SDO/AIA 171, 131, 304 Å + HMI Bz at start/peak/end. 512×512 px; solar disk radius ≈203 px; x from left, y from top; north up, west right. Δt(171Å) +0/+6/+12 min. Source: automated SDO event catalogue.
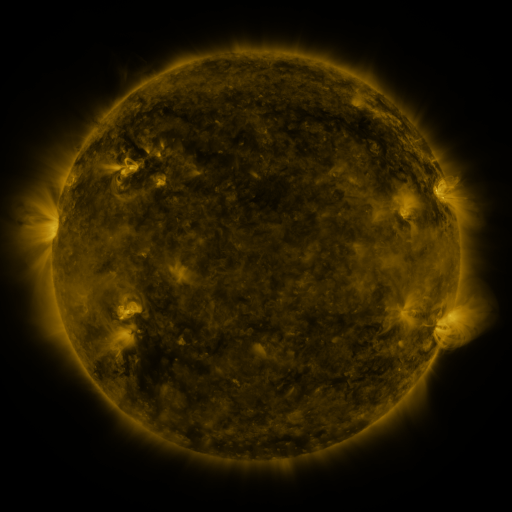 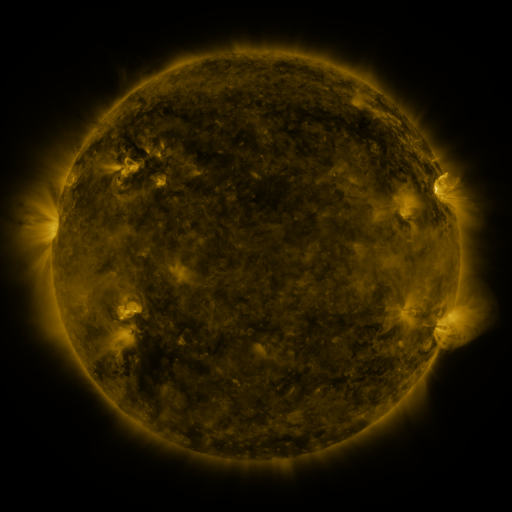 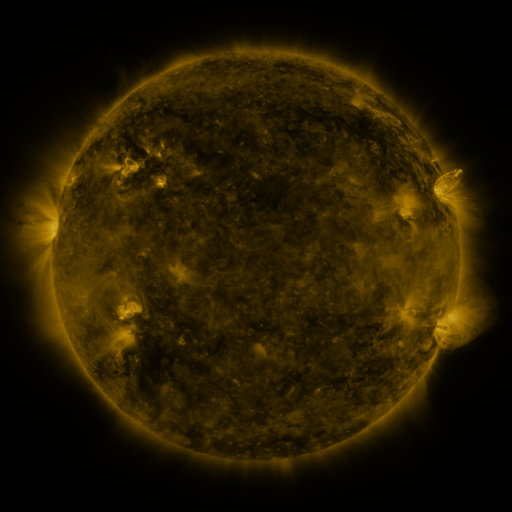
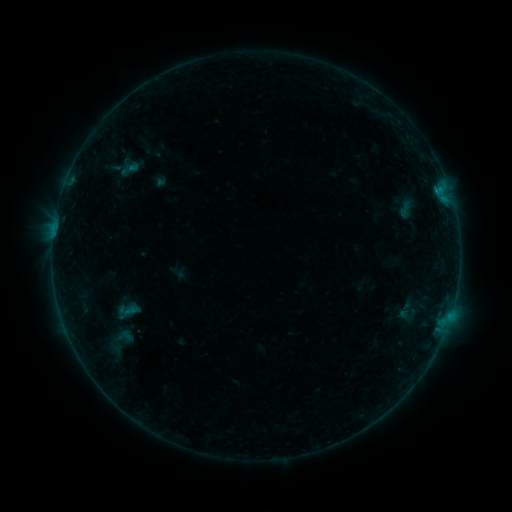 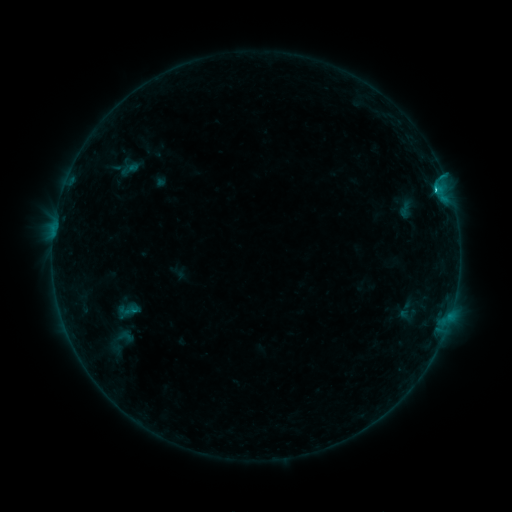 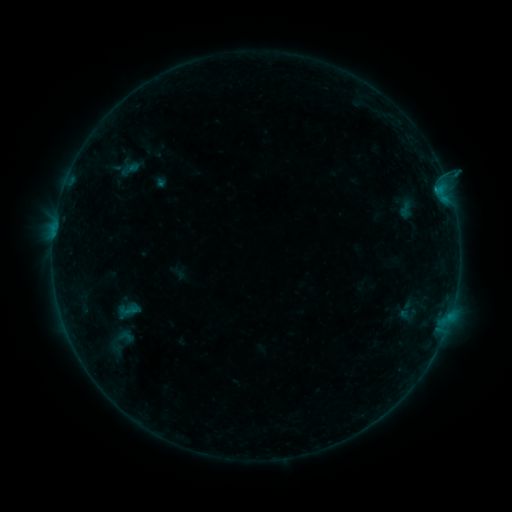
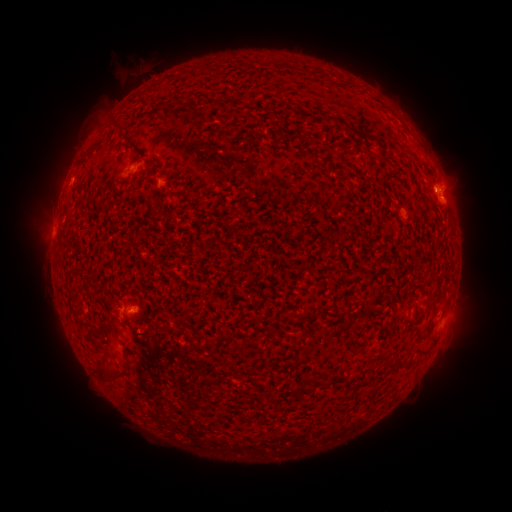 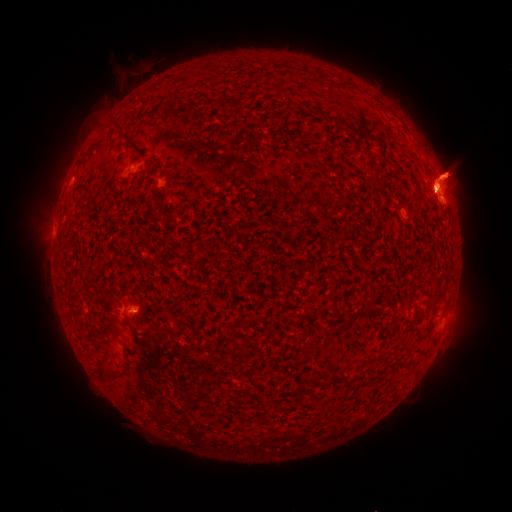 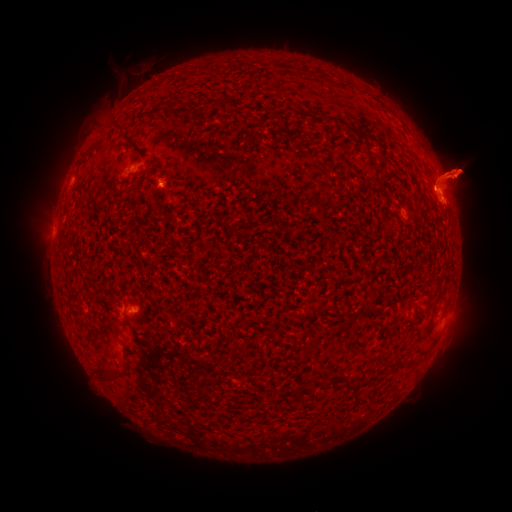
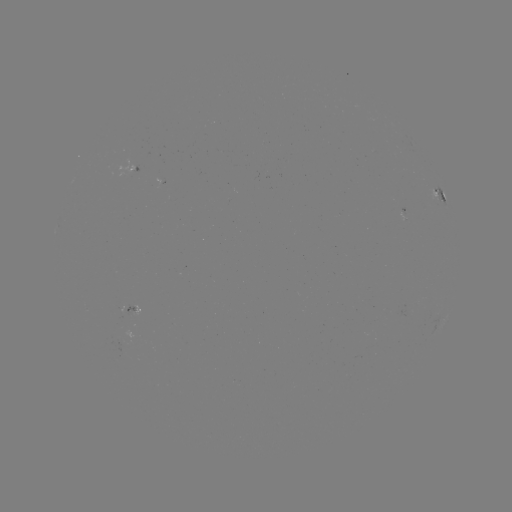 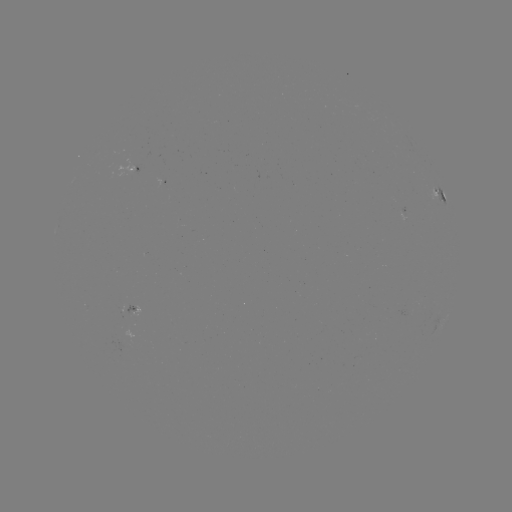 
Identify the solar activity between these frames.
C1.0 flare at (434, 191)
